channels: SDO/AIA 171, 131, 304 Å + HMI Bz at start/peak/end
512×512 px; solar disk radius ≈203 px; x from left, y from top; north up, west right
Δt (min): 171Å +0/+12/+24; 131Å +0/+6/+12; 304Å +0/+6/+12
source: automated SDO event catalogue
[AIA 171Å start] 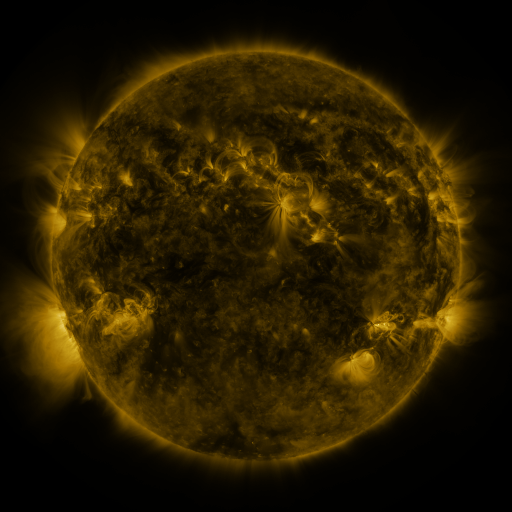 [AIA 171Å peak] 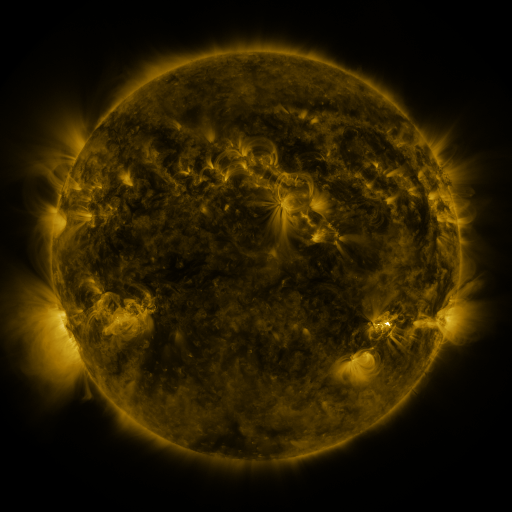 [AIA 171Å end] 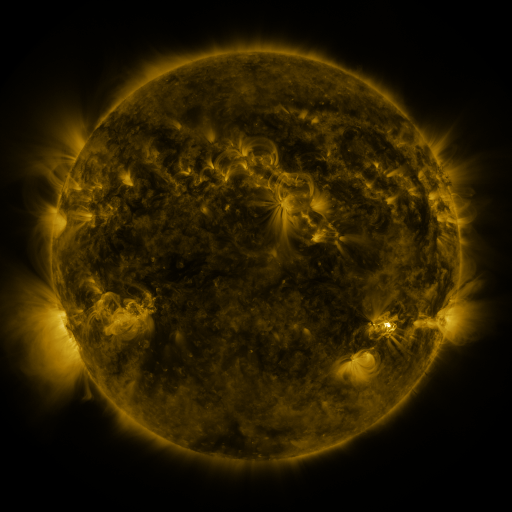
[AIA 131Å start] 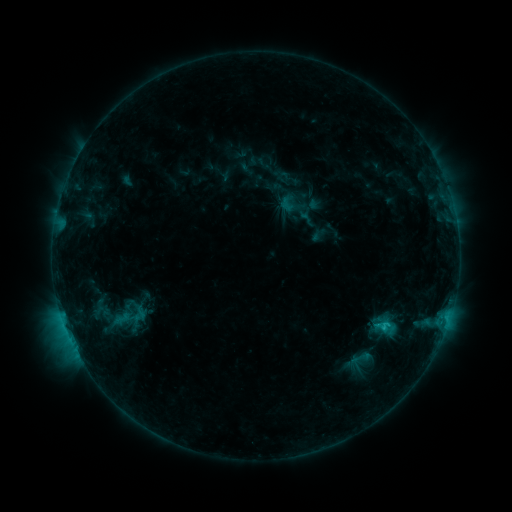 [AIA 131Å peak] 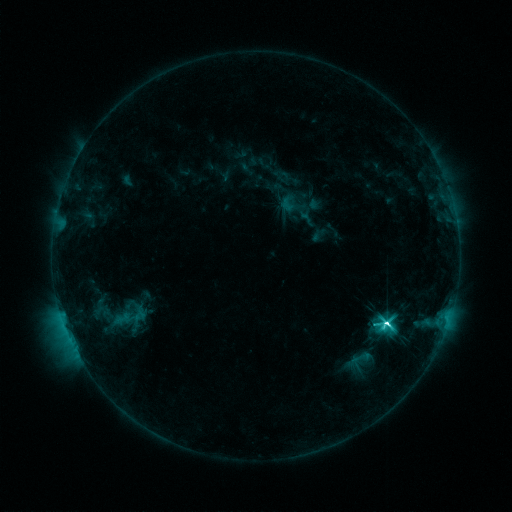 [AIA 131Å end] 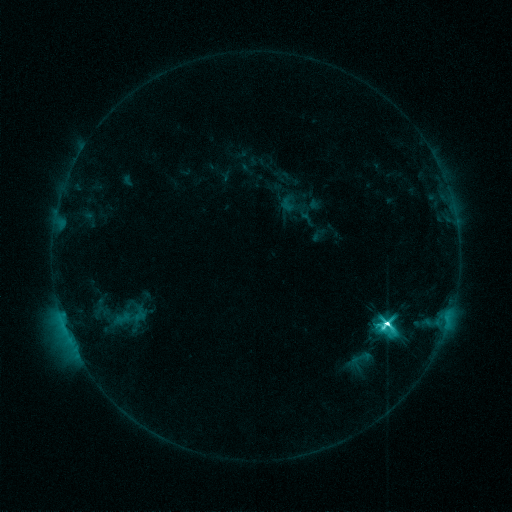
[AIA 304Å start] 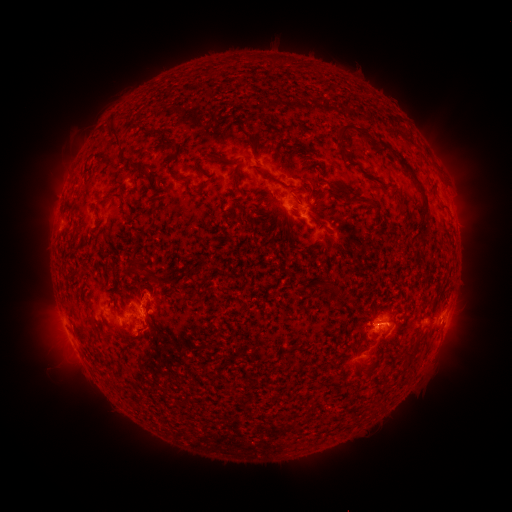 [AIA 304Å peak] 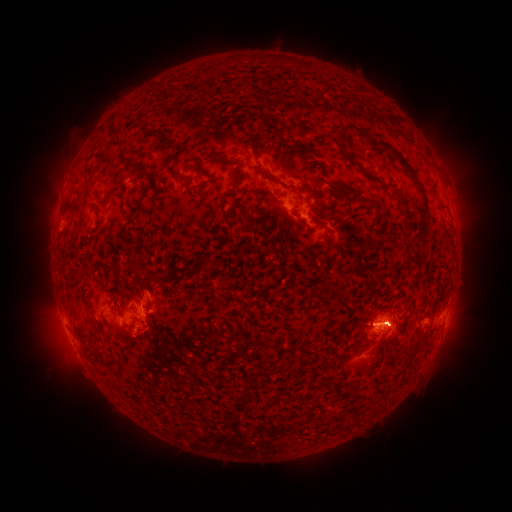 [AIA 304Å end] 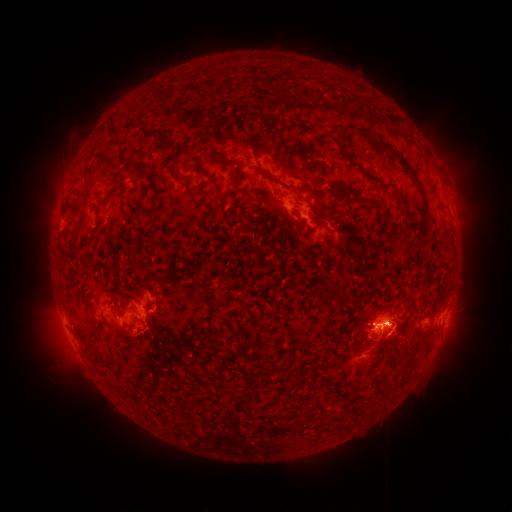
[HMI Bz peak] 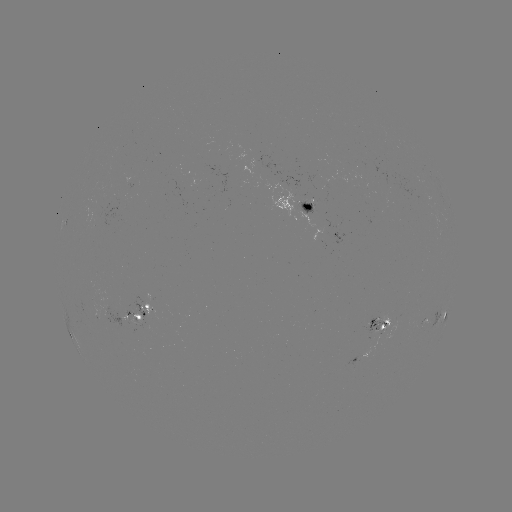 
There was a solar eruption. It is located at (461, 330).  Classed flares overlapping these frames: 1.